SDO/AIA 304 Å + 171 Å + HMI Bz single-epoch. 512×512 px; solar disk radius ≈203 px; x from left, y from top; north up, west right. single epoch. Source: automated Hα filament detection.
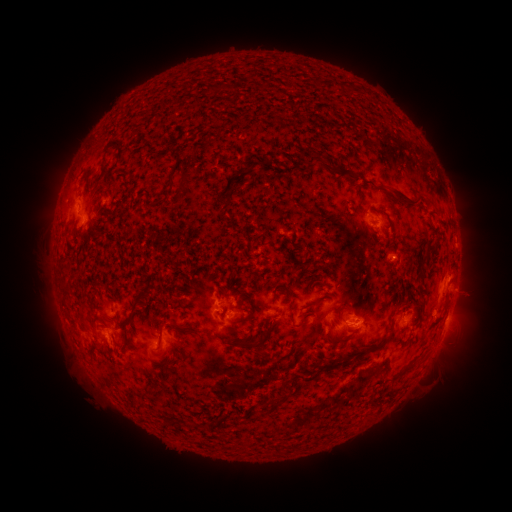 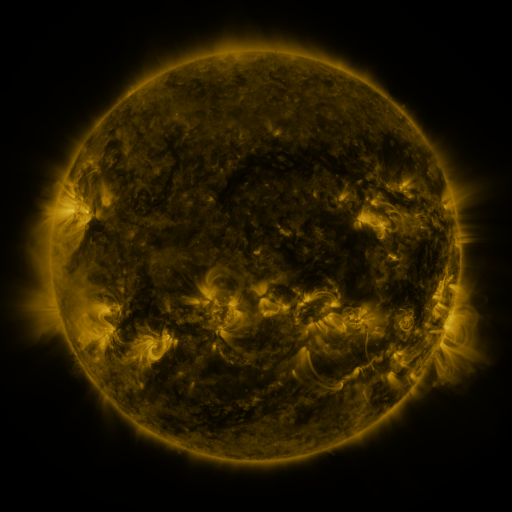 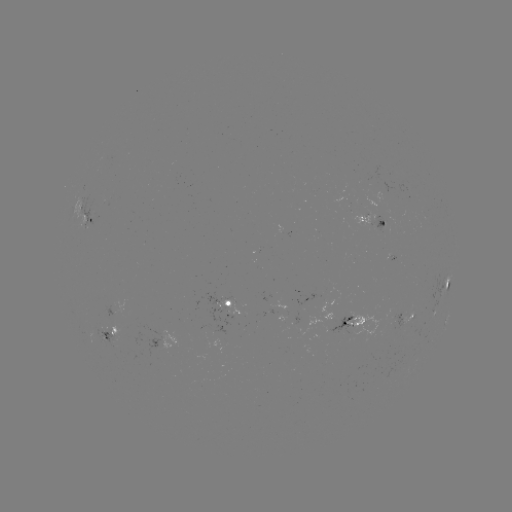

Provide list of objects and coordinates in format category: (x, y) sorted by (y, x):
filament: (108, 147)
filament: (402, 197)
filament: (148, 207)
filament: (384, 212)
filament: (98, 236)
filament: (429, 245)
filament: (281, 285)
filament: (420, 290)
filament: (240, 296)
filament: (322, 300)
filament: (134, 312)
filament: (250, 318)
filament: (304, 320)
filament: (172, 327)
filament: (270, 330)
filament: (339, 340)
filament: (383, 342)
filament: (249, 344)
filament: (409, 366)
filament: (156, 385)
filament: (277, 401)
